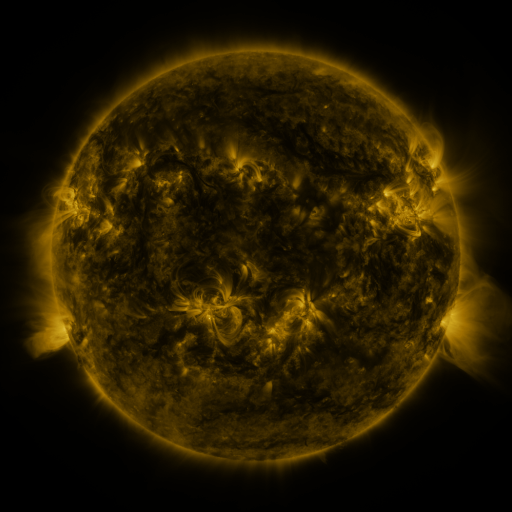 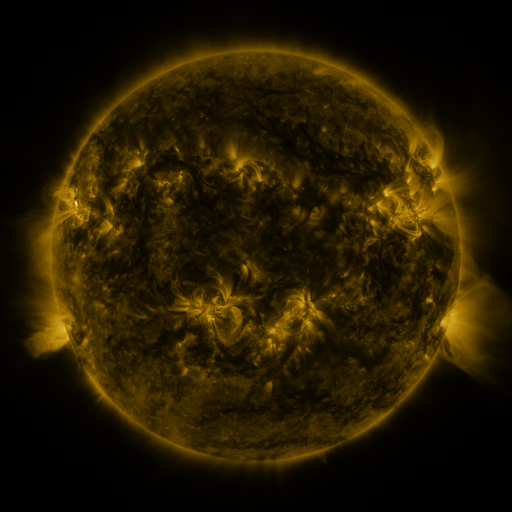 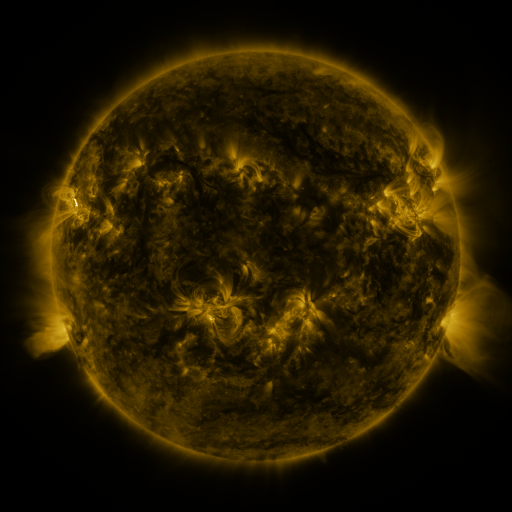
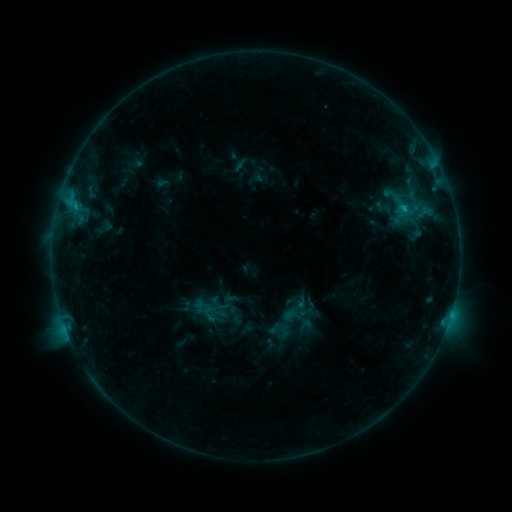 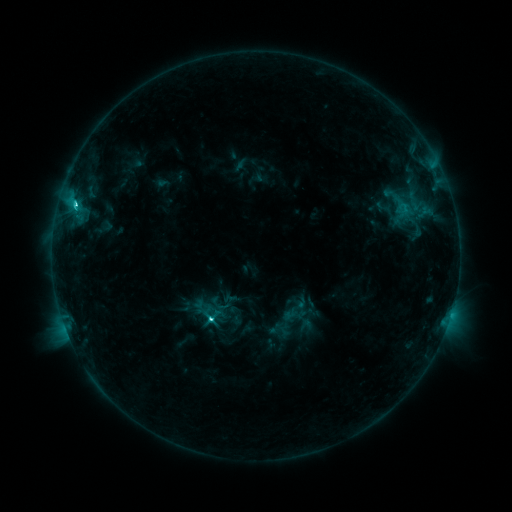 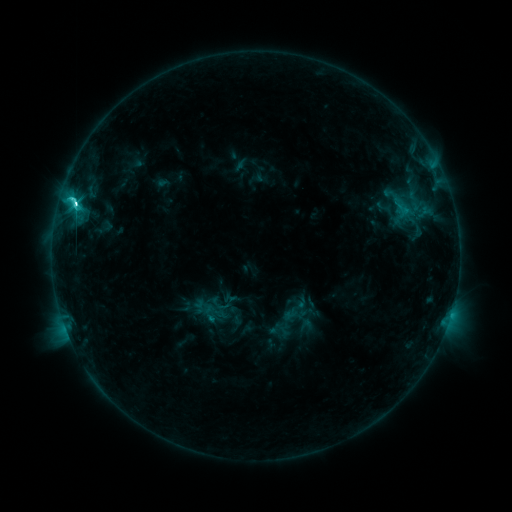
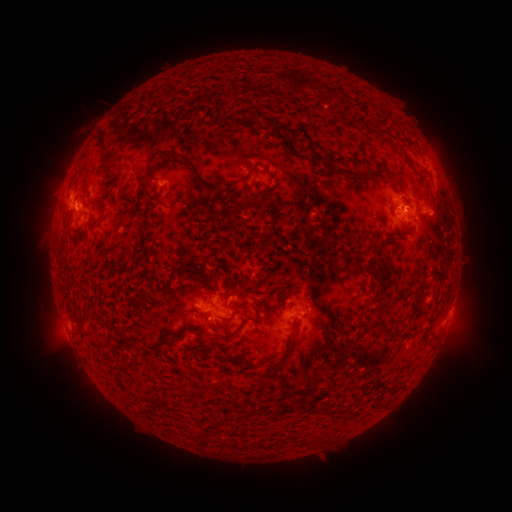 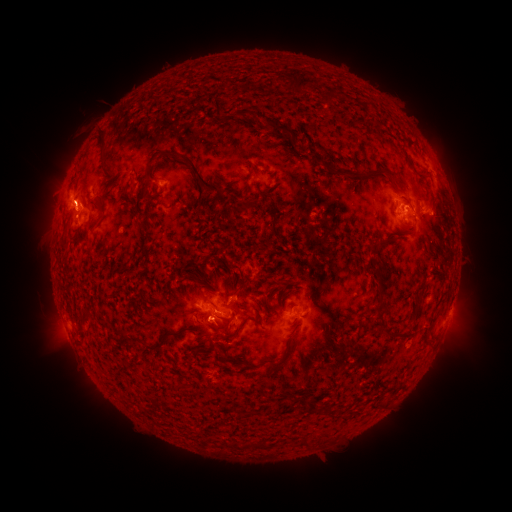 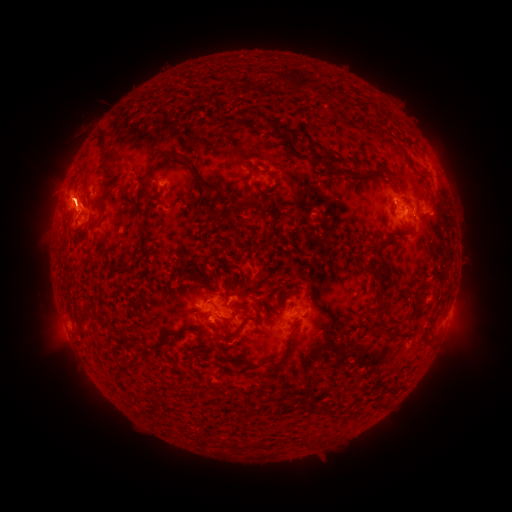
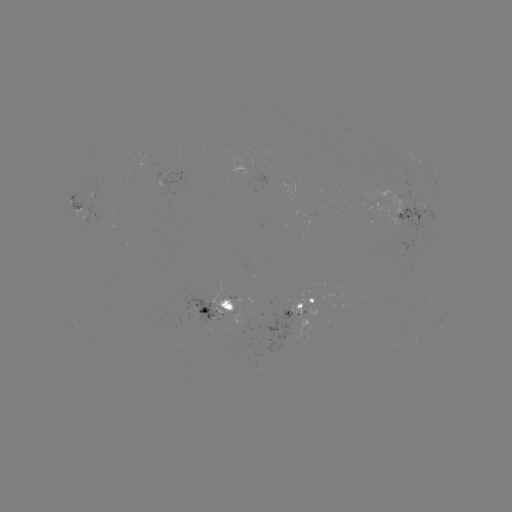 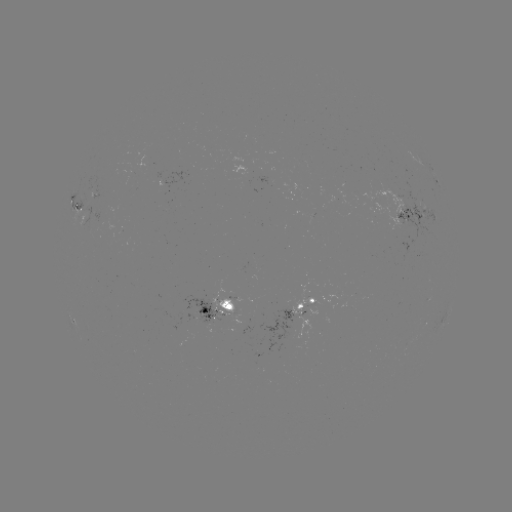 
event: eruption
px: (69, 192)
